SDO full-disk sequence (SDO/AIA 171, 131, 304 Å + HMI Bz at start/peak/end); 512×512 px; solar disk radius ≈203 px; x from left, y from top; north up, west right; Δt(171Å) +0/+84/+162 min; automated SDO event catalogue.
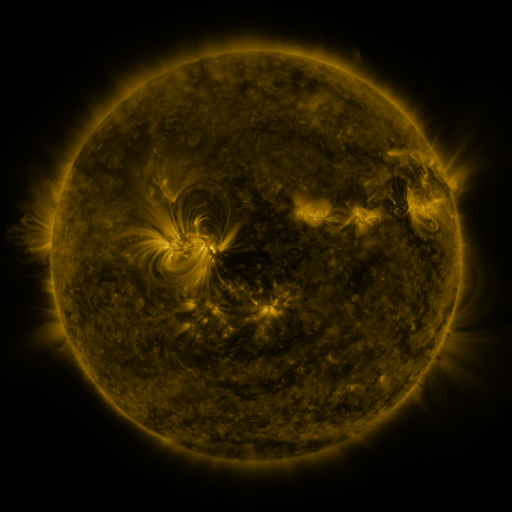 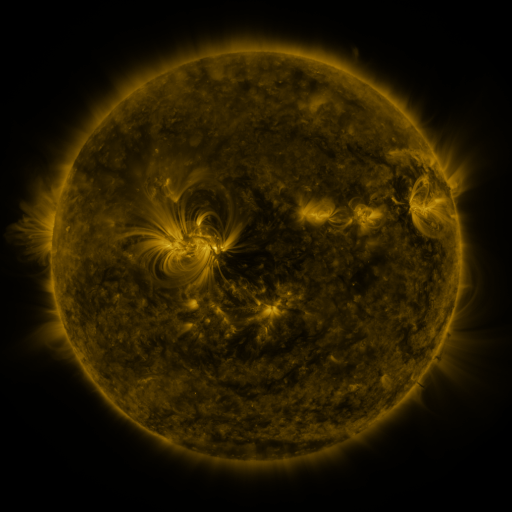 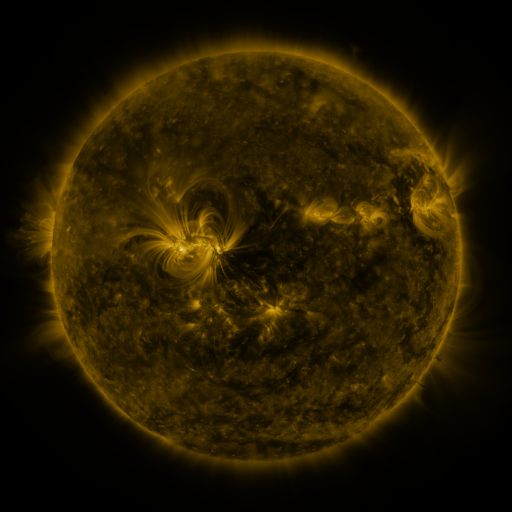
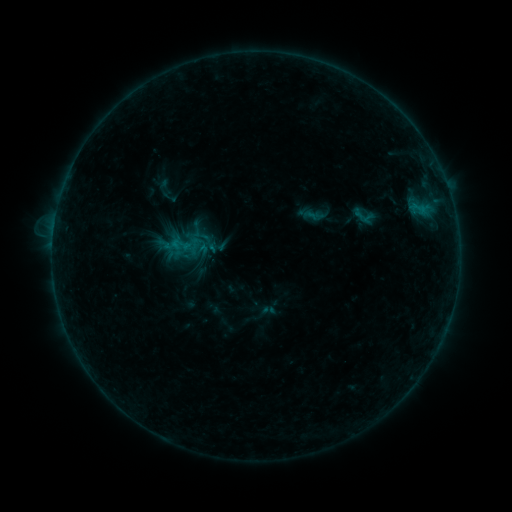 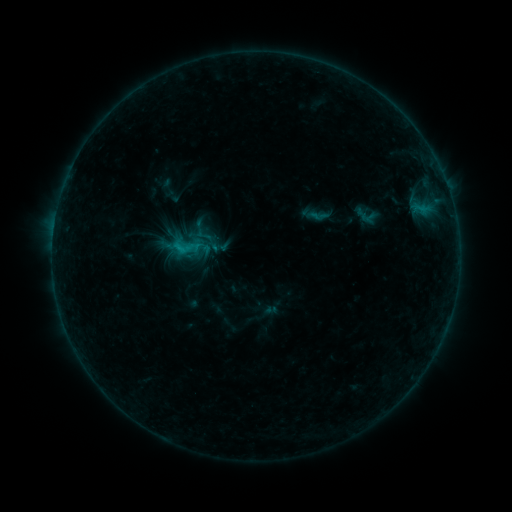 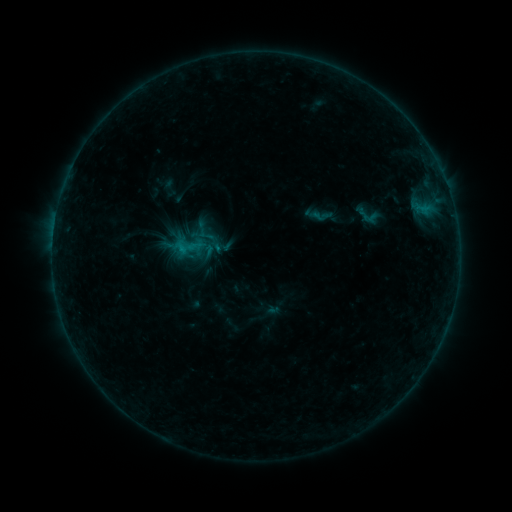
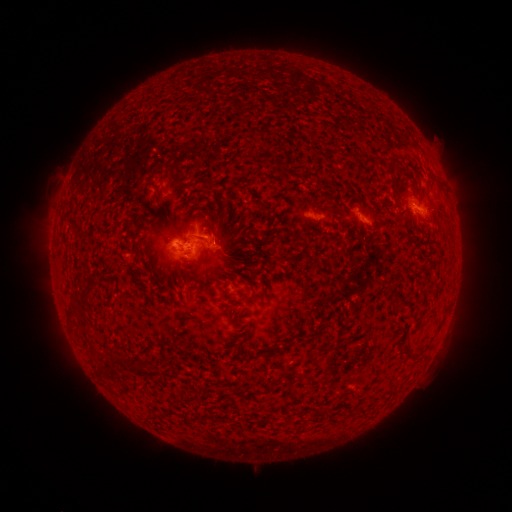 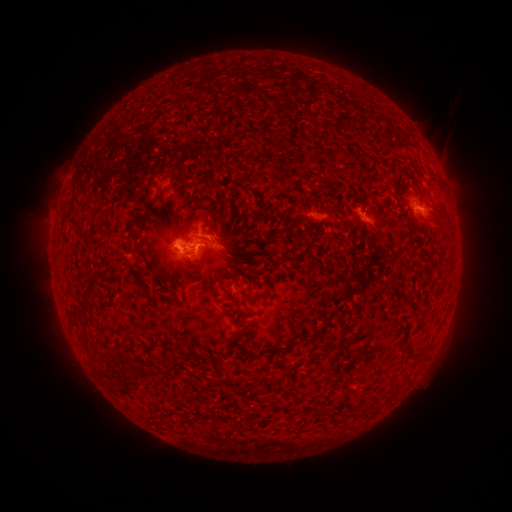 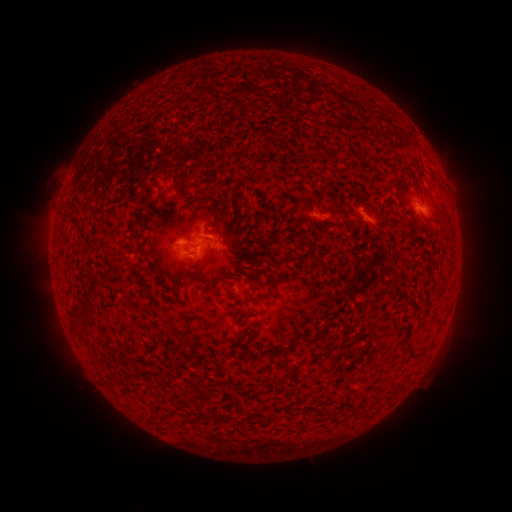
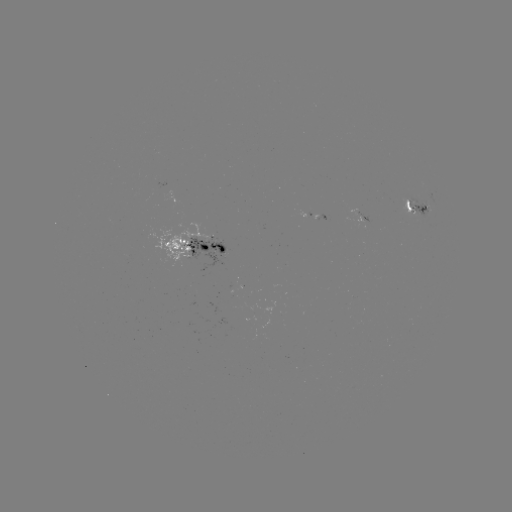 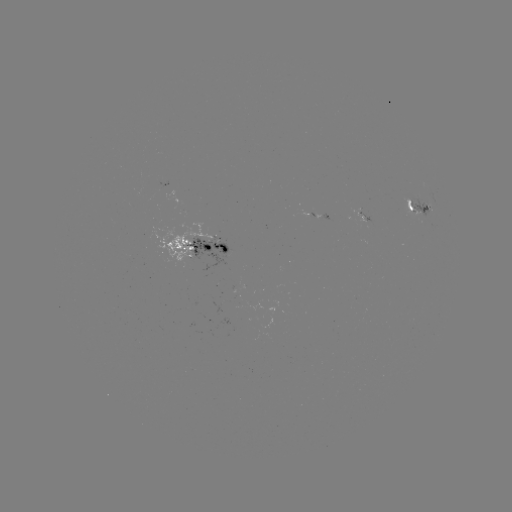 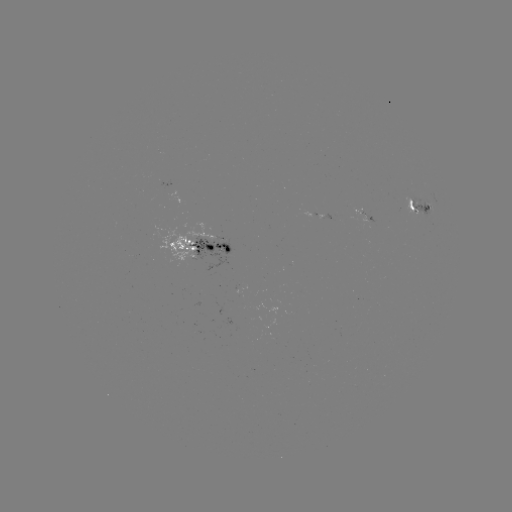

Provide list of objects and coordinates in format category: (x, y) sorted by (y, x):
filament eruption: (441, 116)
